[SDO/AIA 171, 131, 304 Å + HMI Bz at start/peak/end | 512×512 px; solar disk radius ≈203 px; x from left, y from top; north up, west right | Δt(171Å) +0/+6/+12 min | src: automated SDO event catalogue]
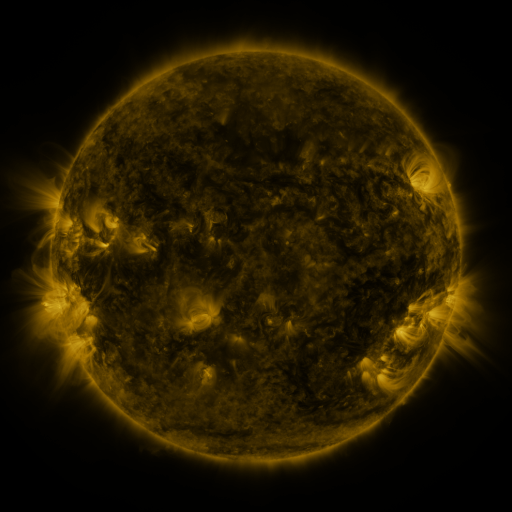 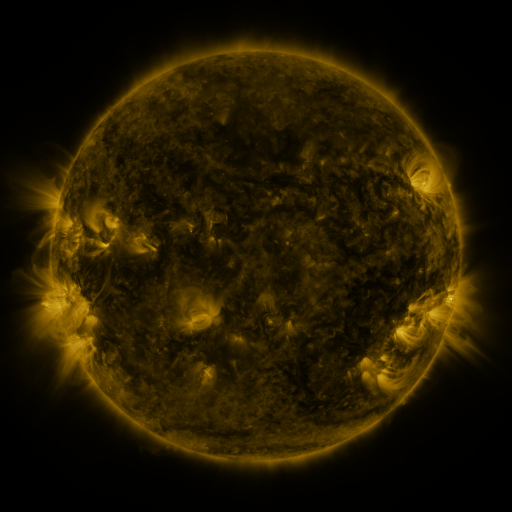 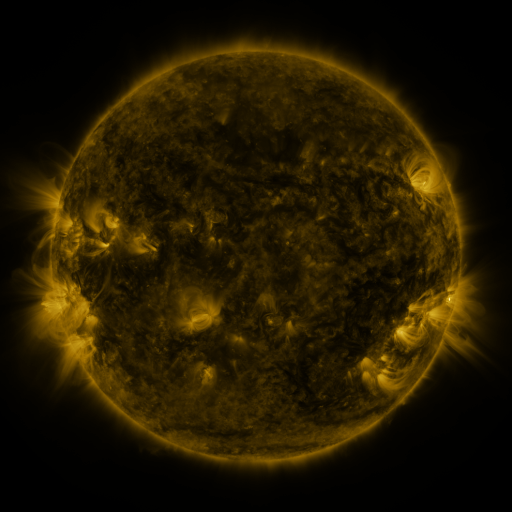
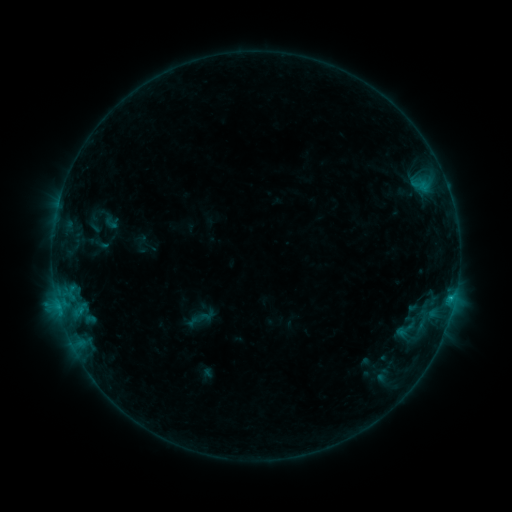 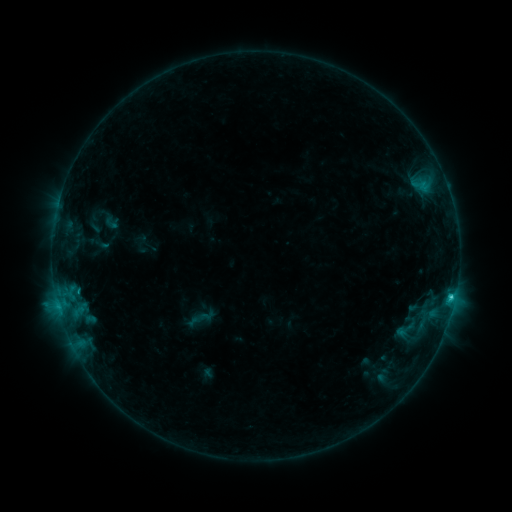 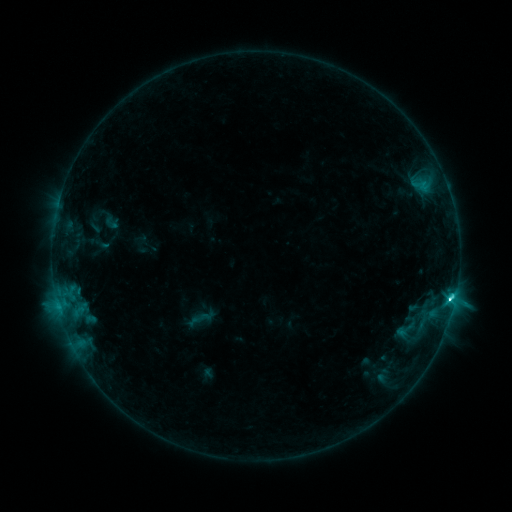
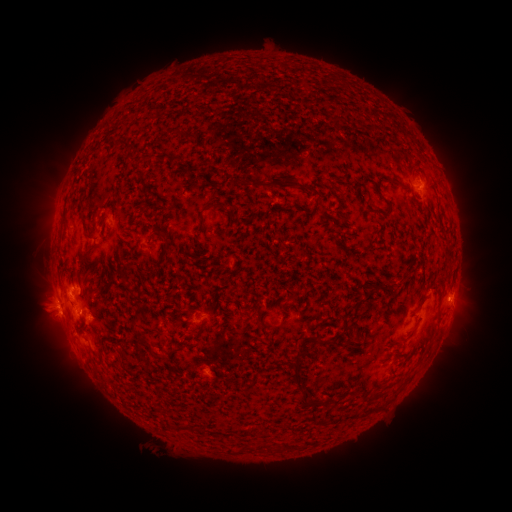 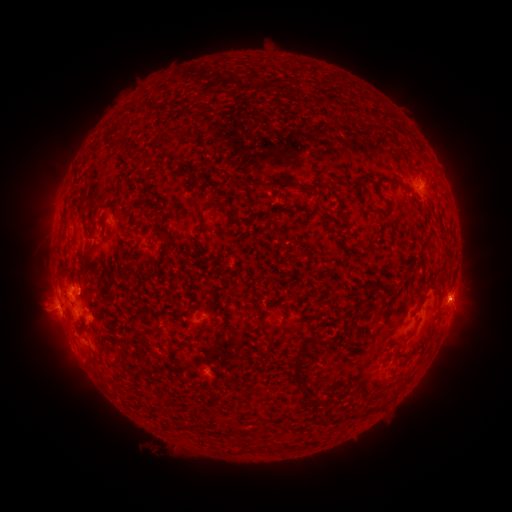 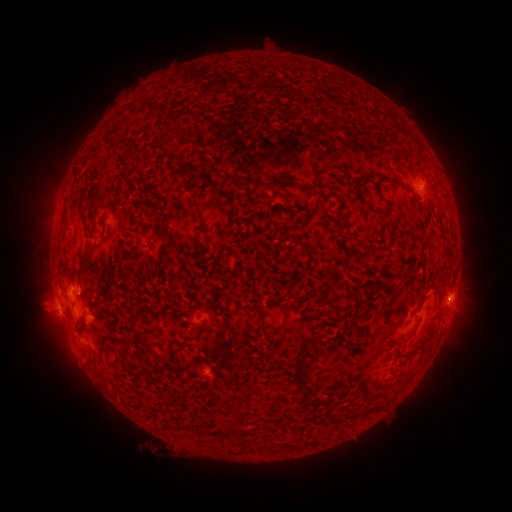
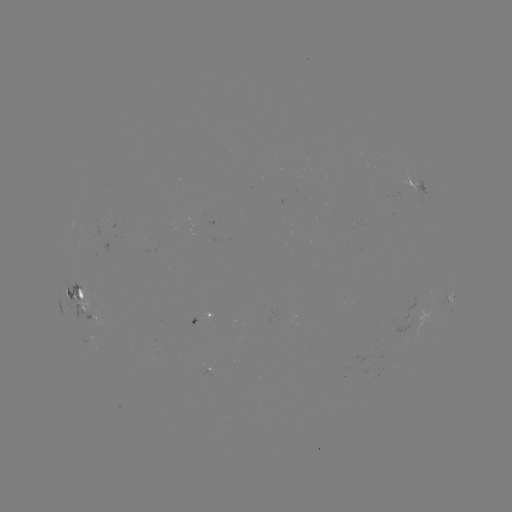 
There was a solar flare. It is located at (450, 297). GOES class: C5.4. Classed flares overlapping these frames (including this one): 1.